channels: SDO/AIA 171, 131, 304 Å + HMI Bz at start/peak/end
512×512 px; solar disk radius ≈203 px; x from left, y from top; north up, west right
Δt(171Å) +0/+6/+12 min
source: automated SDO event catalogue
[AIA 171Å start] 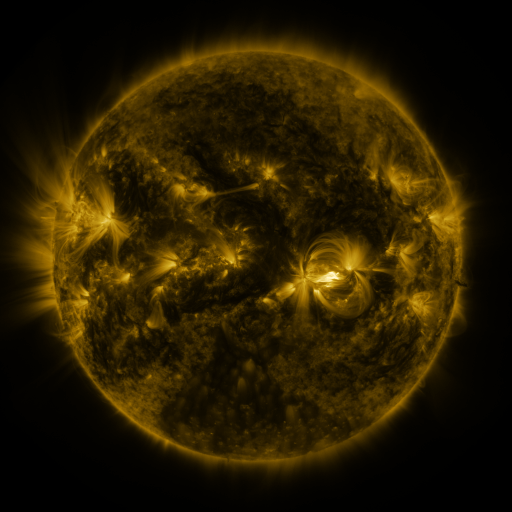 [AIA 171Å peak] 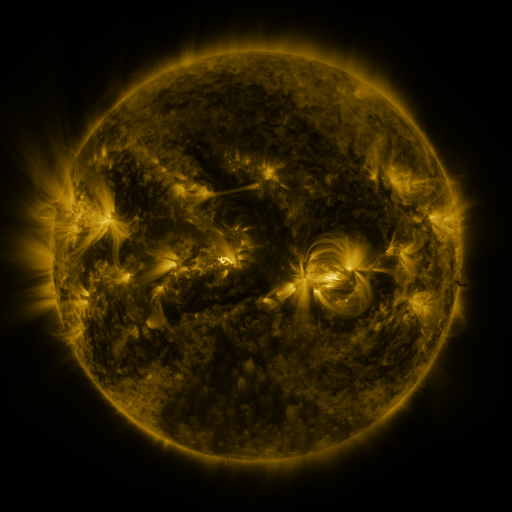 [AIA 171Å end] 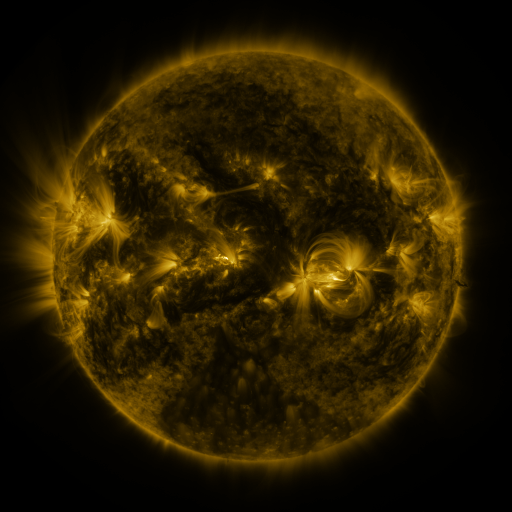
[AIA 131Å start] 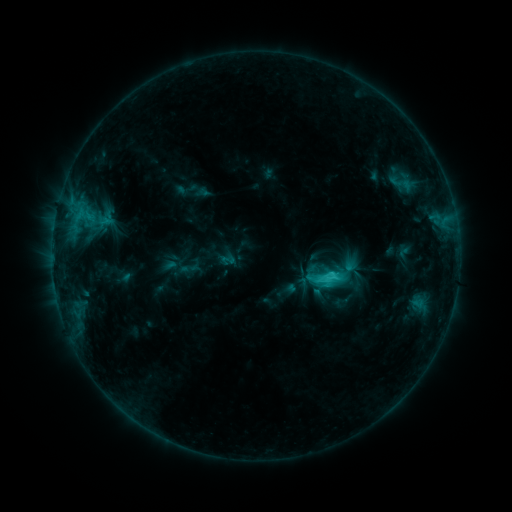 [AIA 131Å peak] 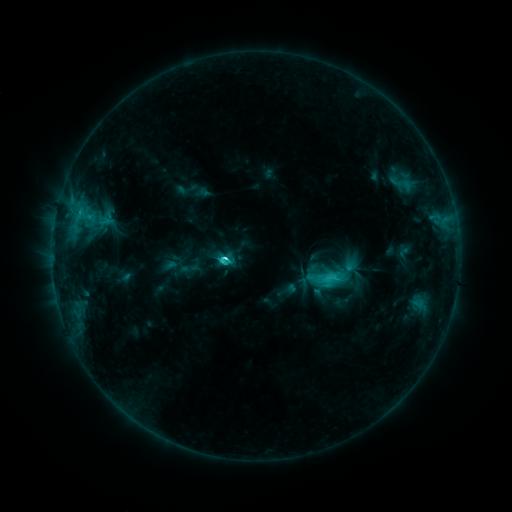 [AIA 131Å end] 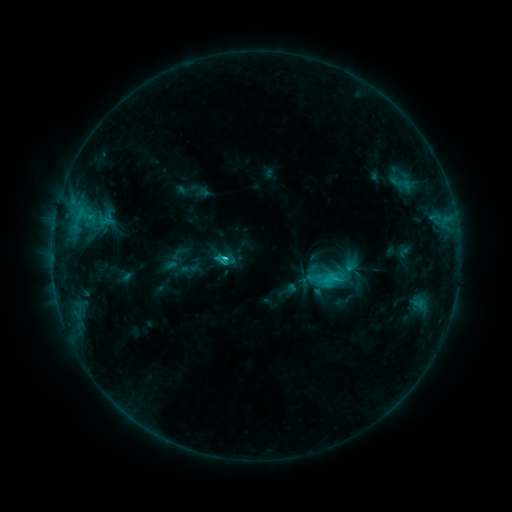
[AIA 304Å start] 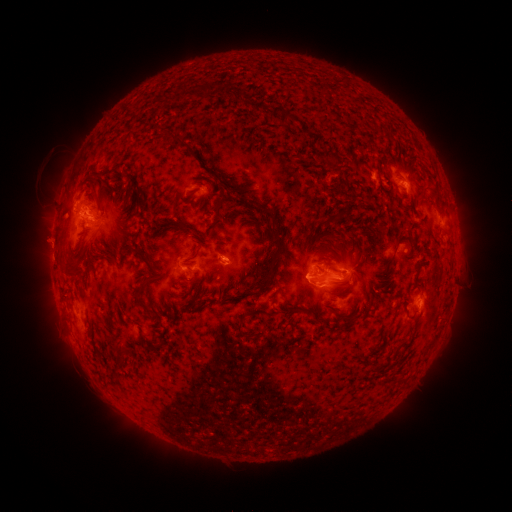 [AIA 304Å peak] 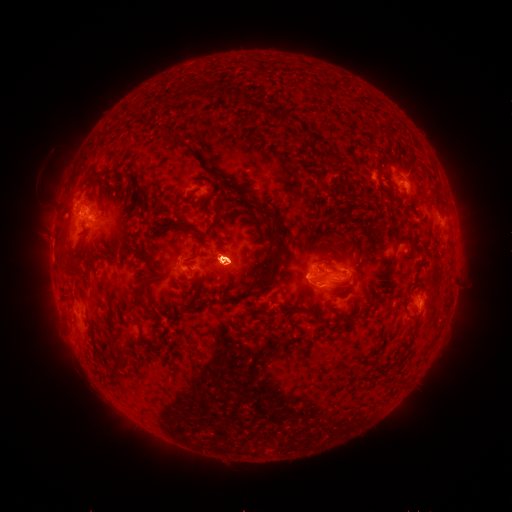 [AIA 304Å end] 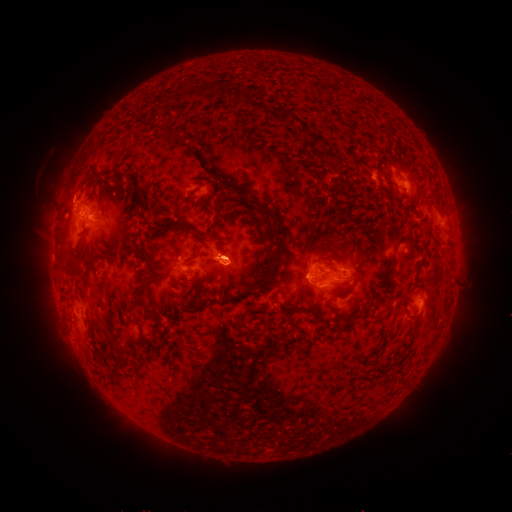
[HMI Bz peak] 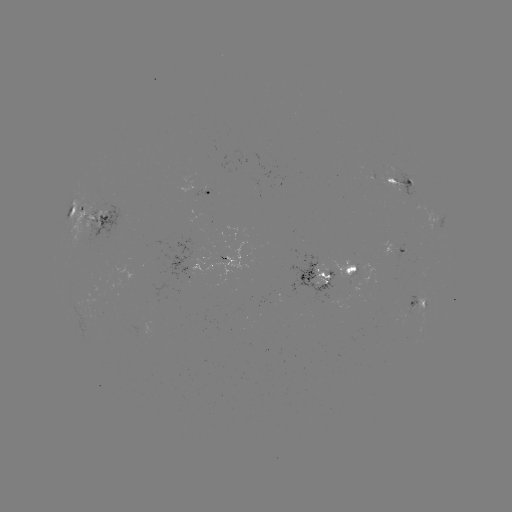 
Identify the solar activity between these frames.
C3.8 flare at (227, 256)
